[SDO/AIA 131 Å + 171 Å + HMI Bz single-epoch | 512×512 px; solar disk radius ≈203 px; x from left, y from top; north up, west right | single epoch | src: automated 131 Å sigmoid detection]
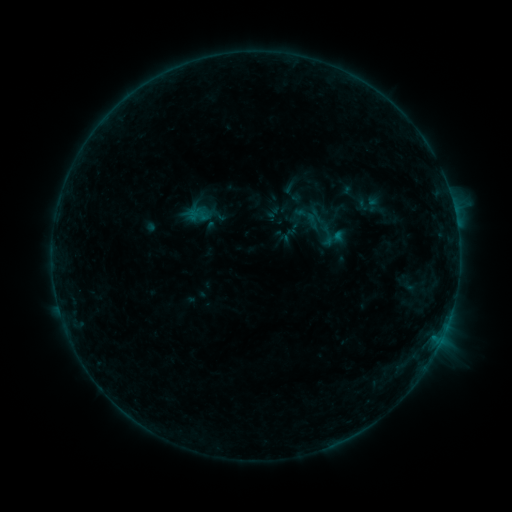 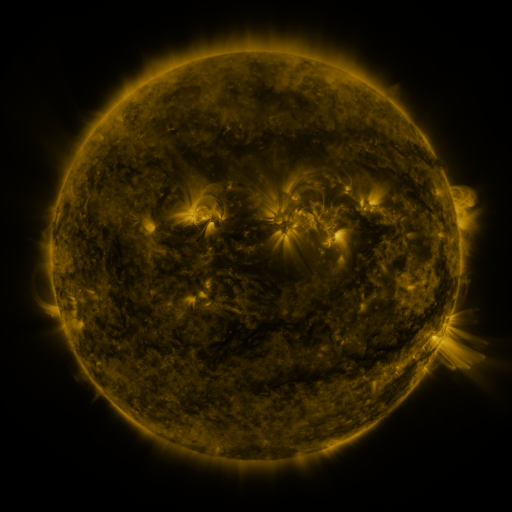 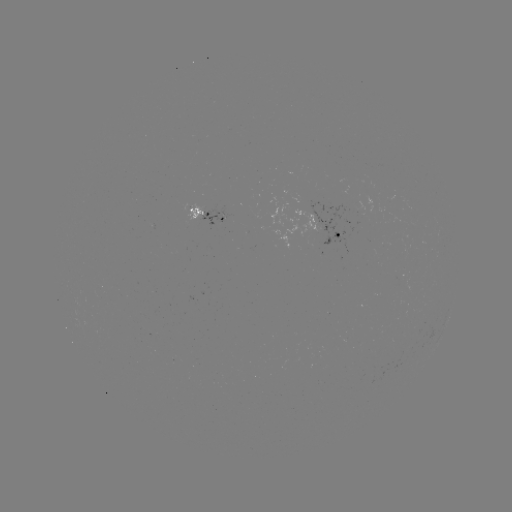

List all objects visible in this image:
sigmoid: <bbox>296, 200, 326, 226</bbox>
